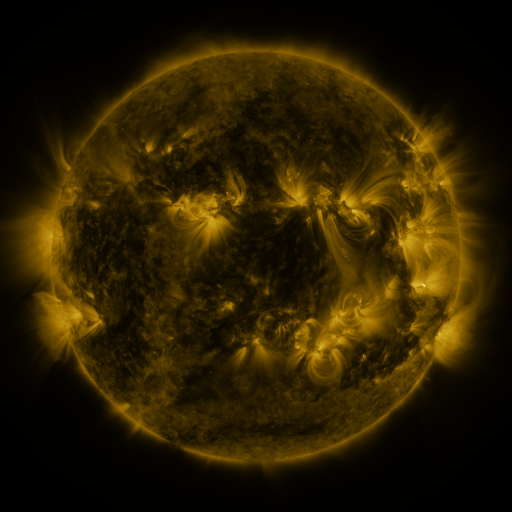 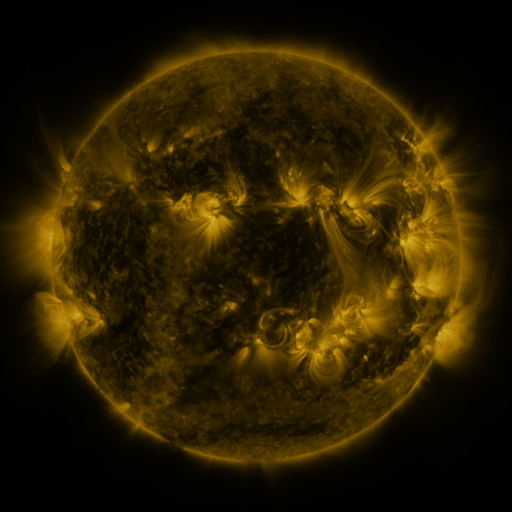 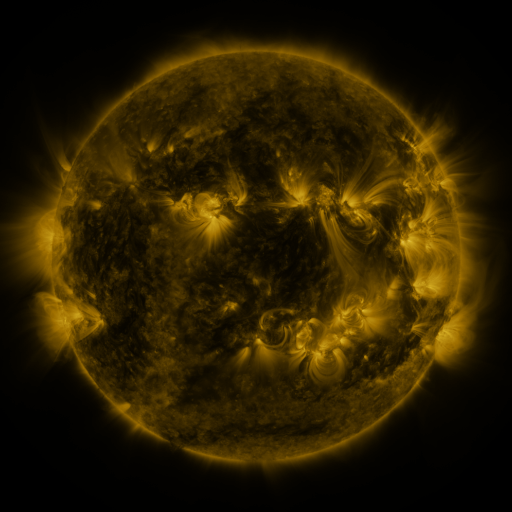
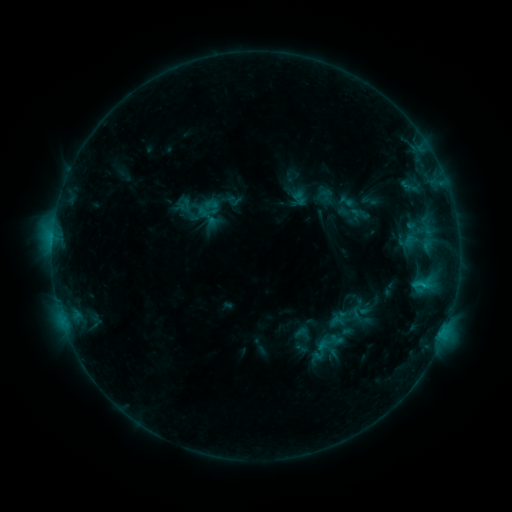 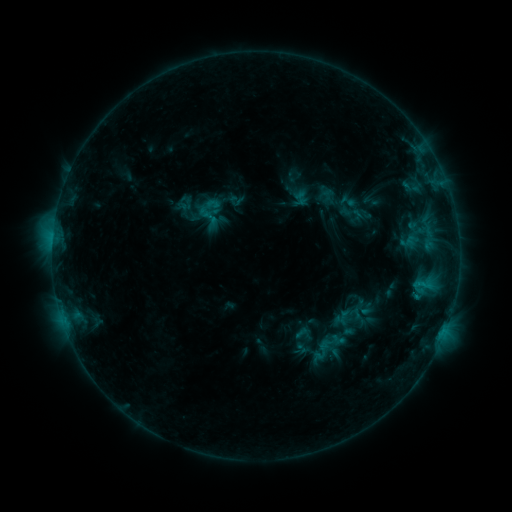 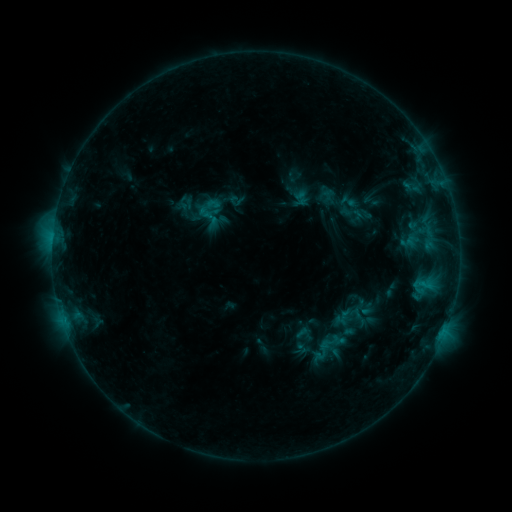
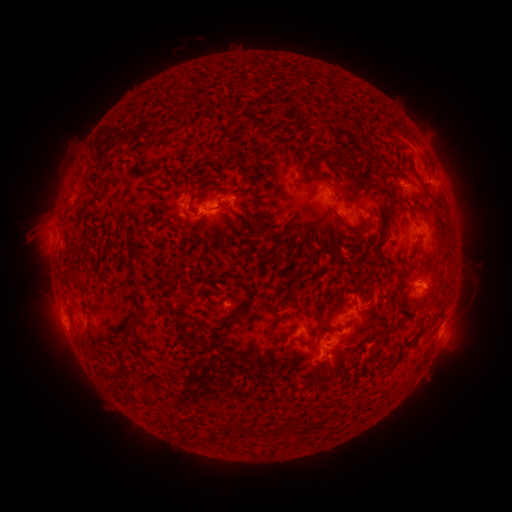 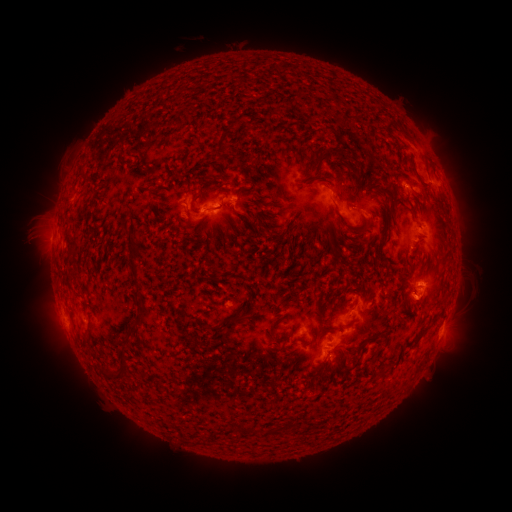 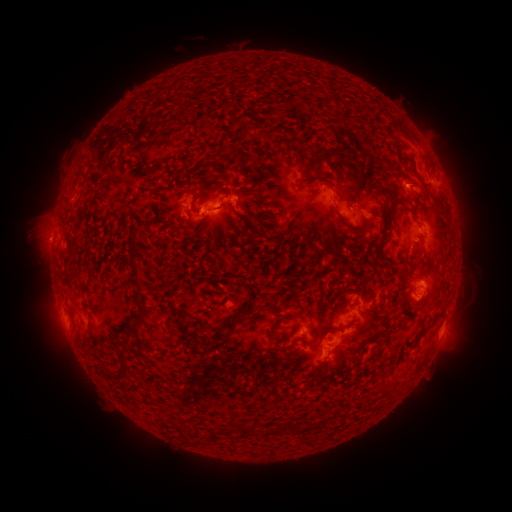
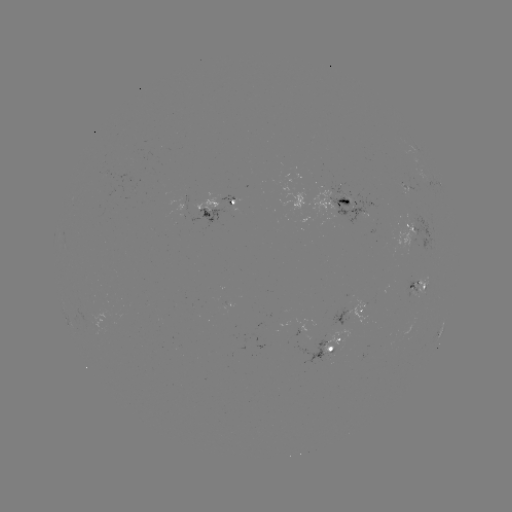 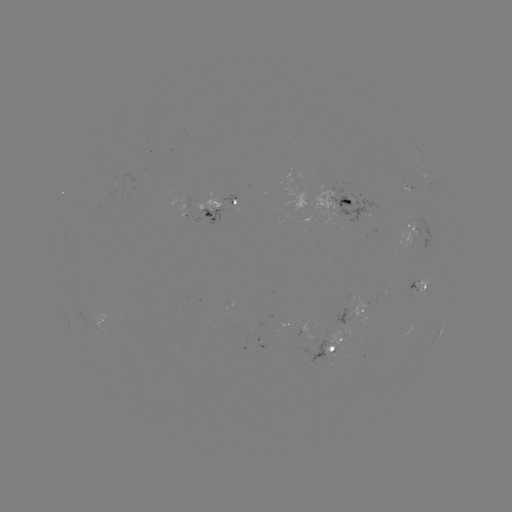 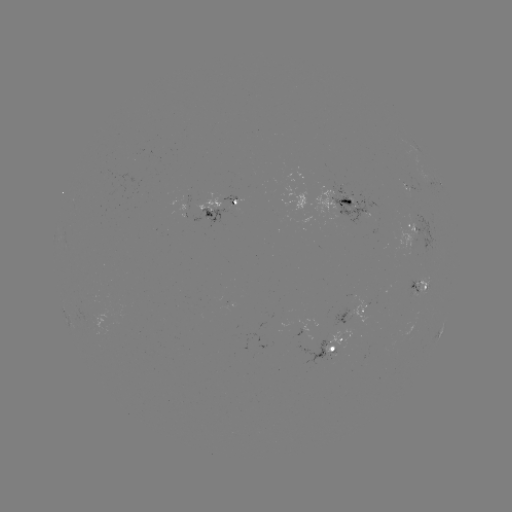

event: emerging-flux region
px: (234, 199)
